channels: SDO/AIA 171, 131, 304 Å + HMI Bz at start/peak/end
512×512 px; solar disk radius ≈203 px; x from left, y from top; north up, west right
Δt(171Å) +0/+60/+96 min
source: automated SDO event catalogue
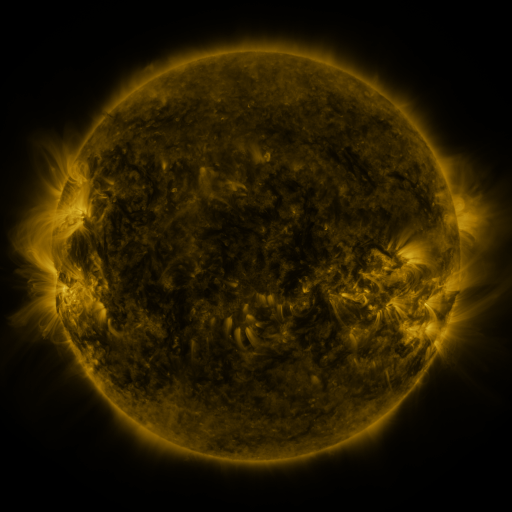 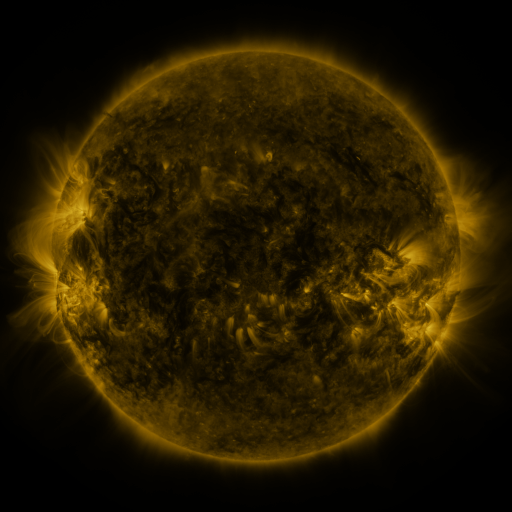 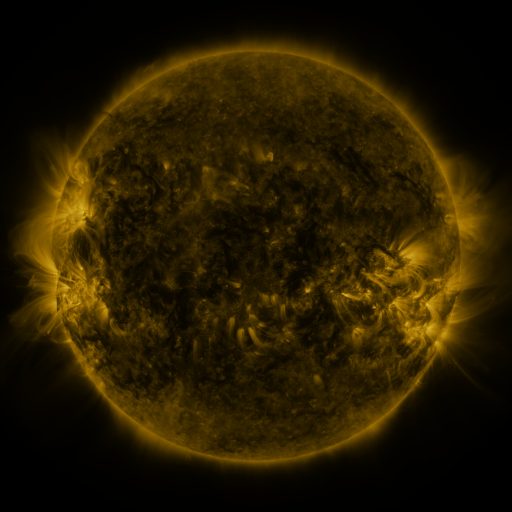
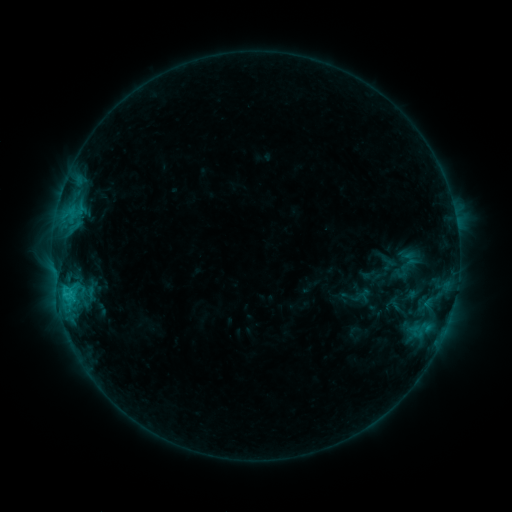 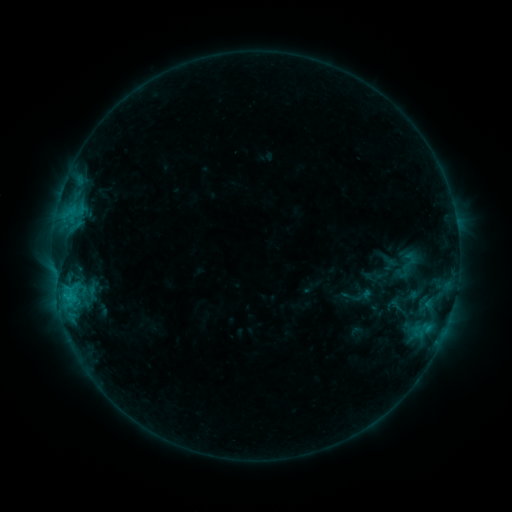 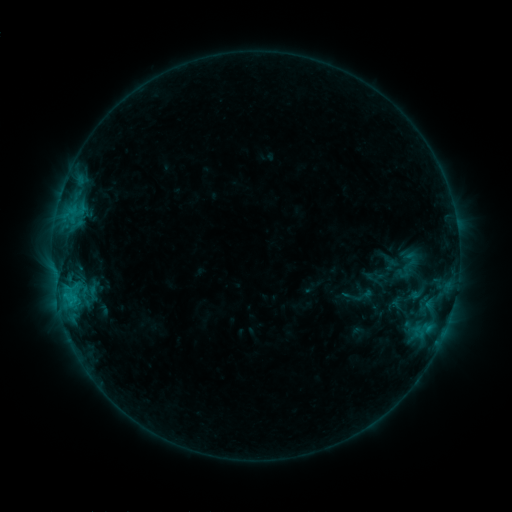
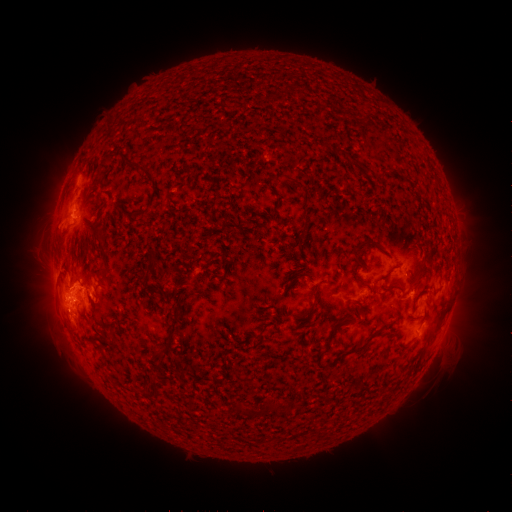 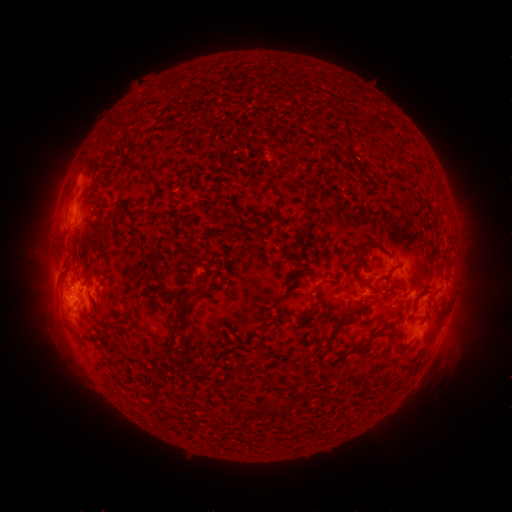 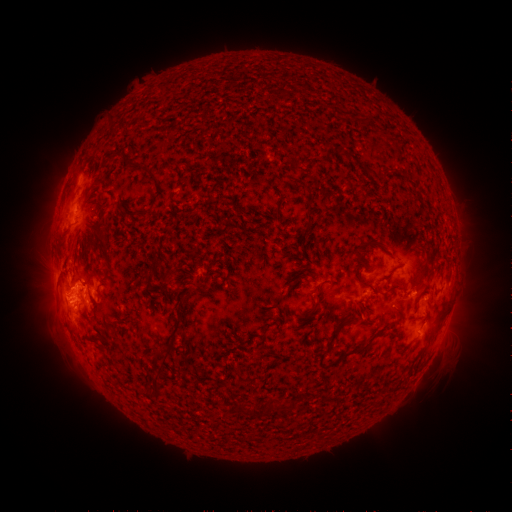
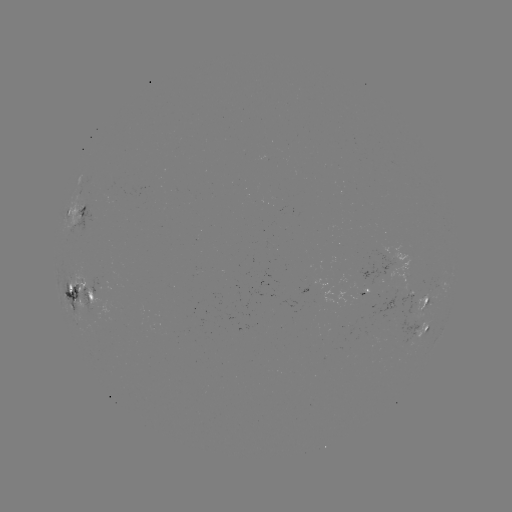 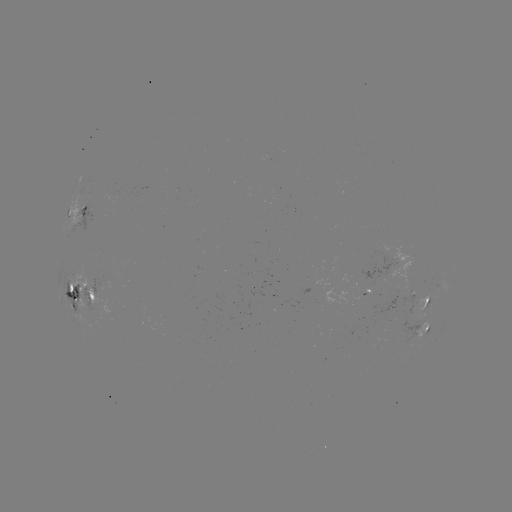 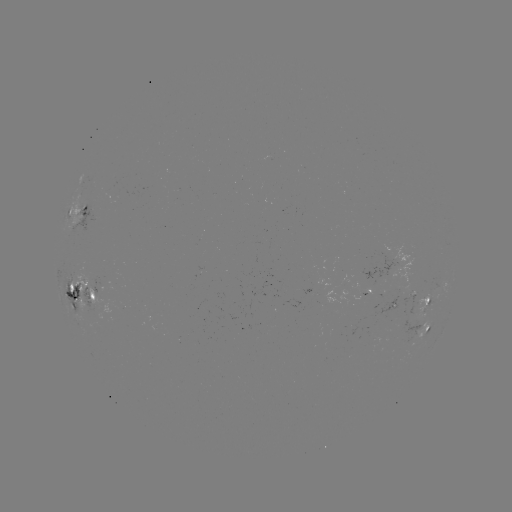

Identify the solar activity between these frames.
emerging-flux region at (368, 278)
